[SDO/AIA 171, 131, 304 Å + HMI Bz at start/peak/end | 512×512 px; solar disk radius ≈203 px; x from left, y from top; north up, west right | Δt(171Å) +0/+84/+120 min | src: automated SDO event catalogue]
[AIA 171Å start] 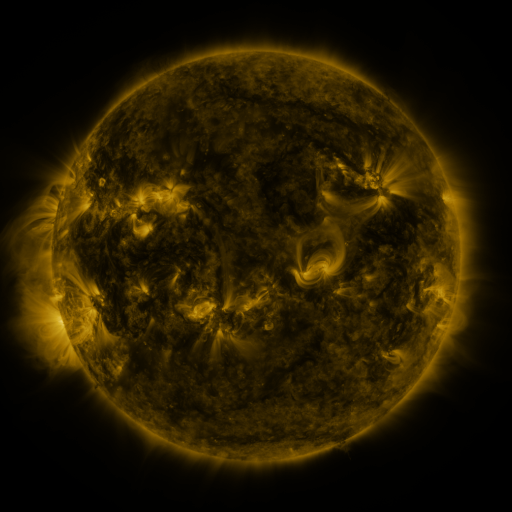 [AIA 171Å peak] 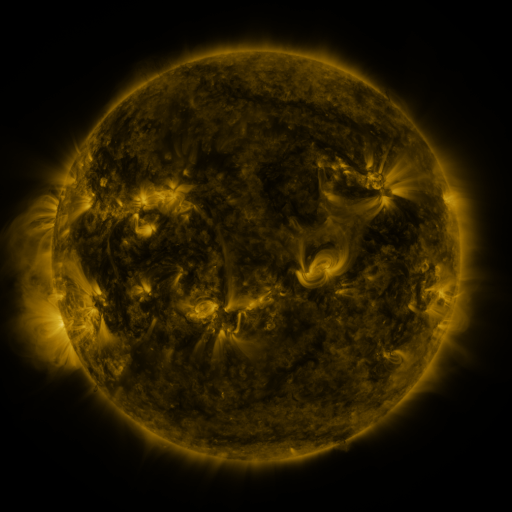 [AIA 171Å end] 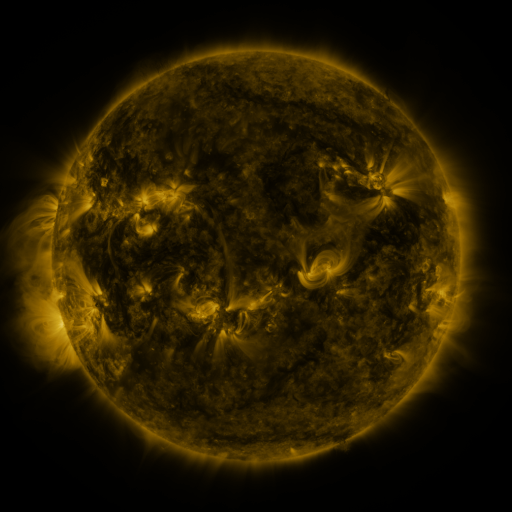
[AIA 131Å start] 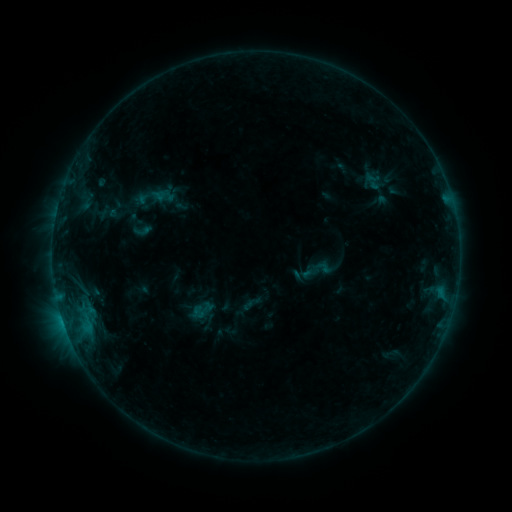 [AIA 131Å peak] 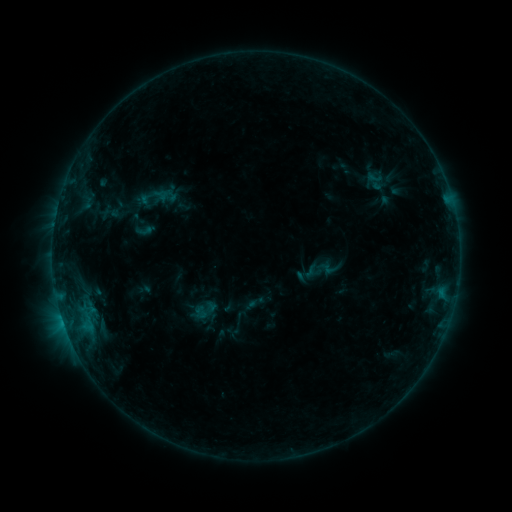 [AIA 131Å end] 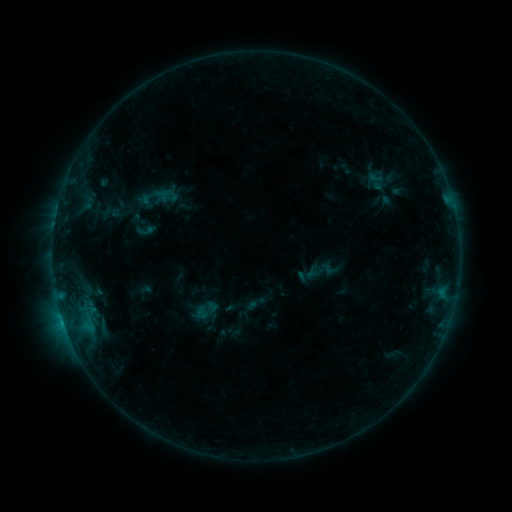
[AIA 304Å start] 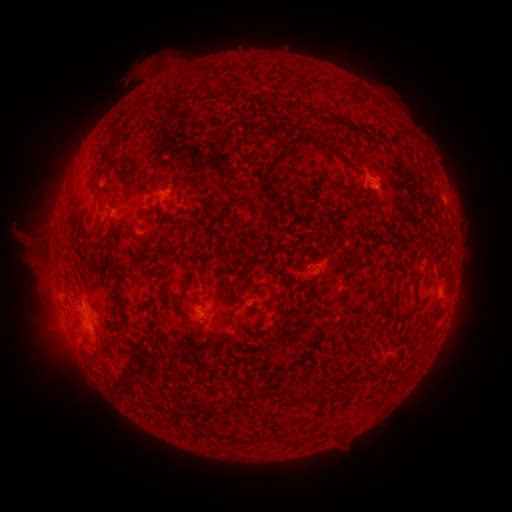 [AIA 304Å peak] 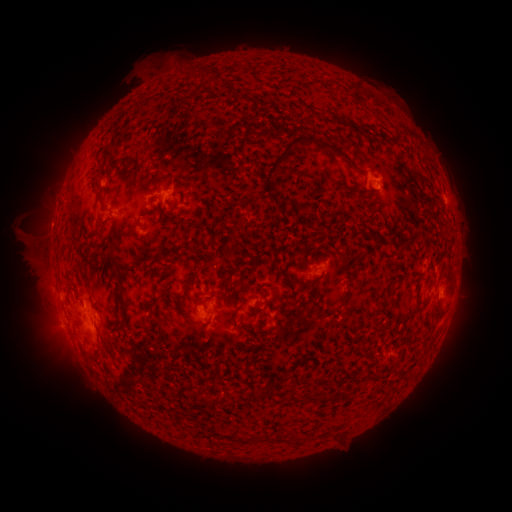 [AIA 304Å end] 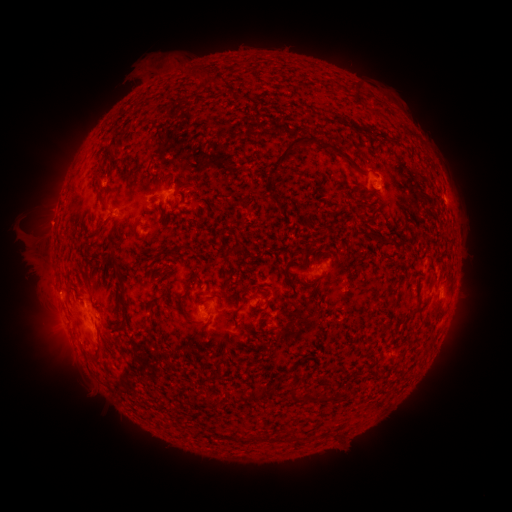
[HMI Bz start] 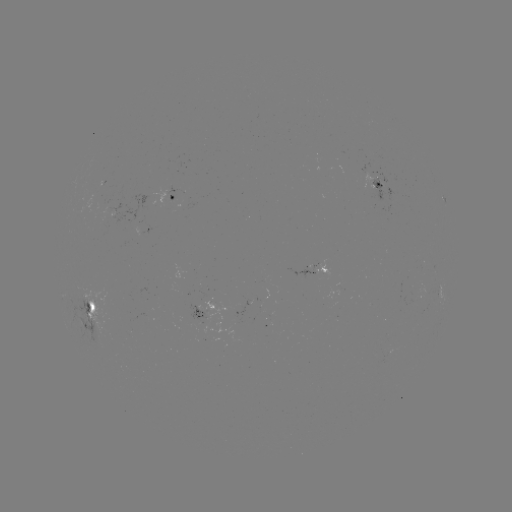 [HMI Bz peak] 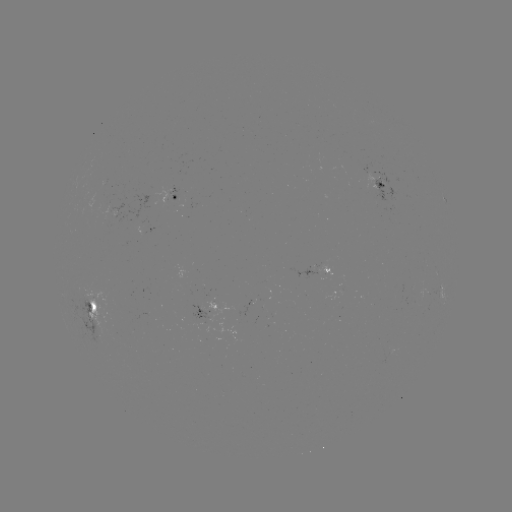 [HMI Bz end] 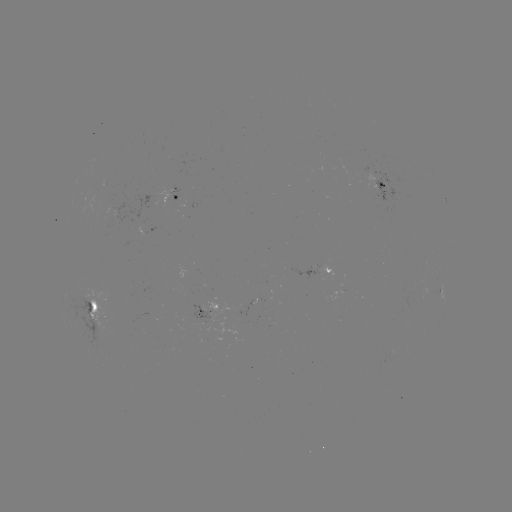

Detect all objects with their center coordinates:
emerging-flux region: (116, 205)
